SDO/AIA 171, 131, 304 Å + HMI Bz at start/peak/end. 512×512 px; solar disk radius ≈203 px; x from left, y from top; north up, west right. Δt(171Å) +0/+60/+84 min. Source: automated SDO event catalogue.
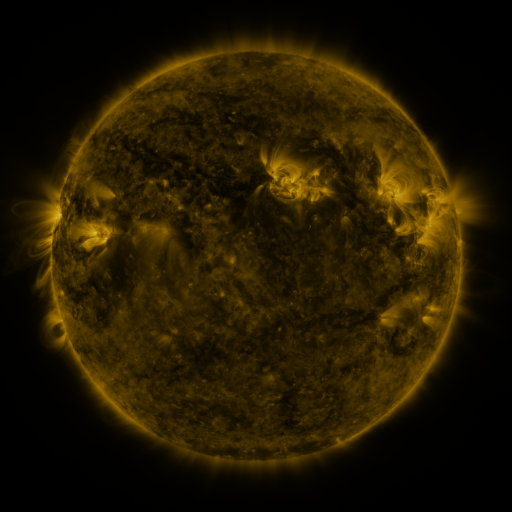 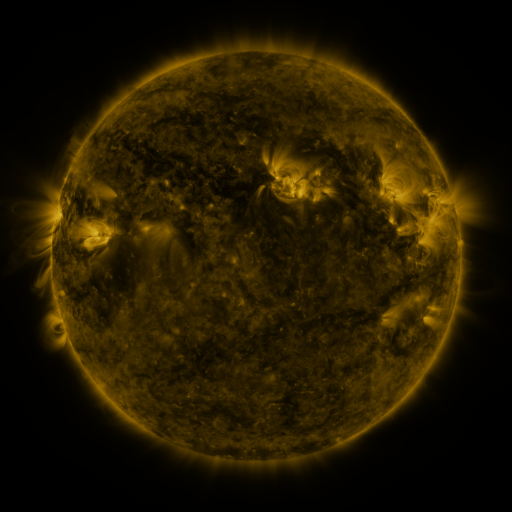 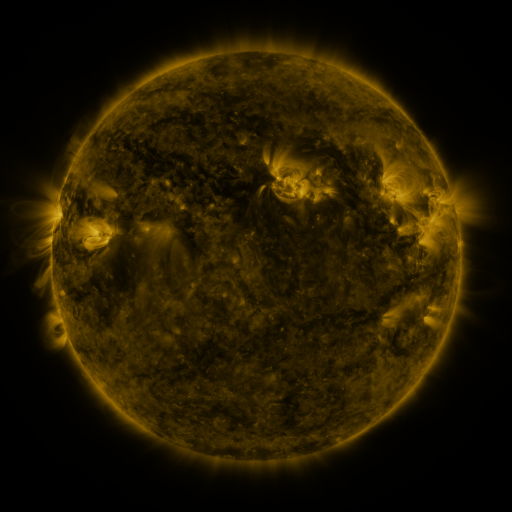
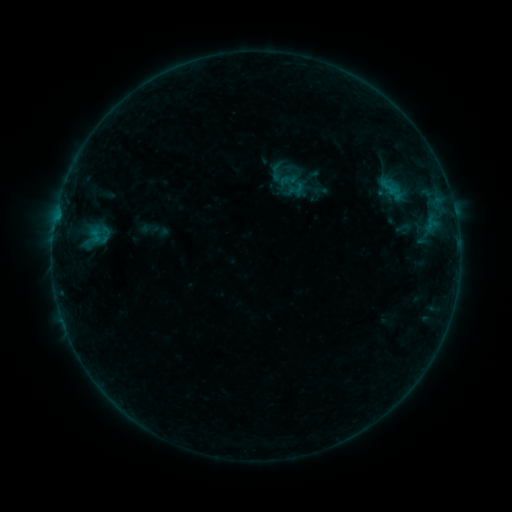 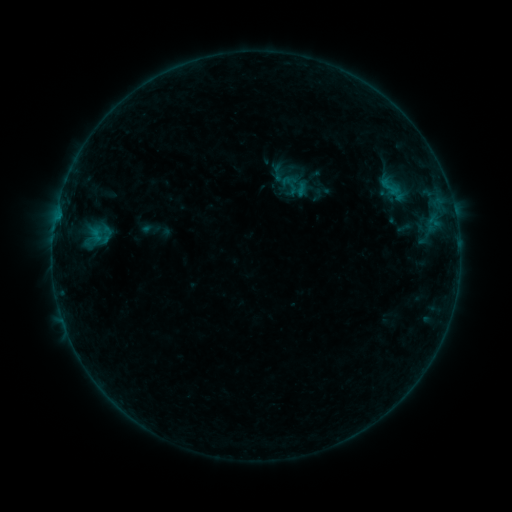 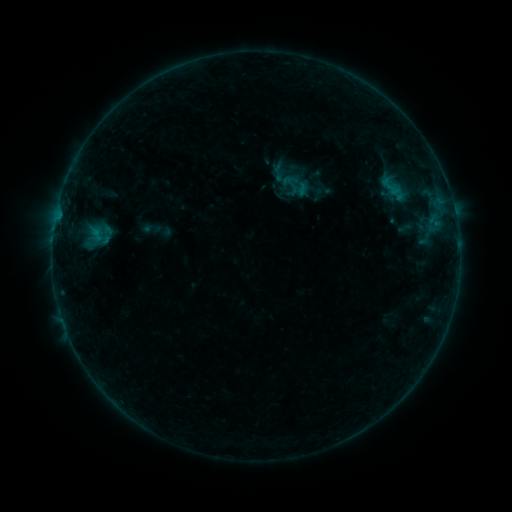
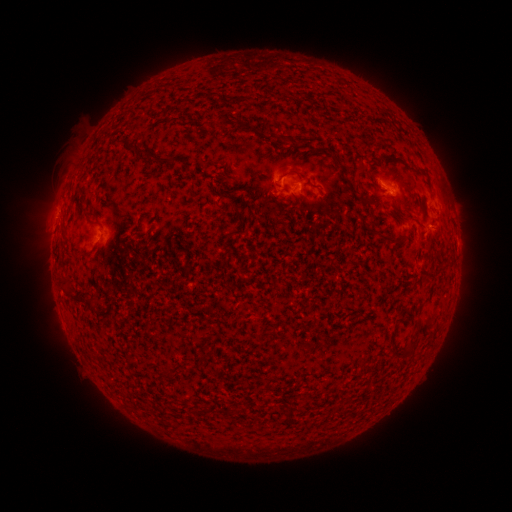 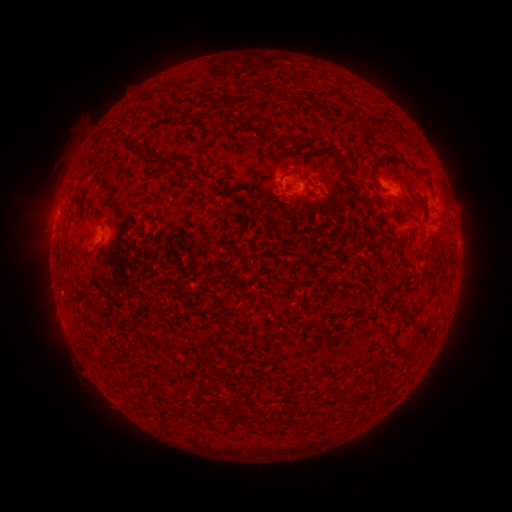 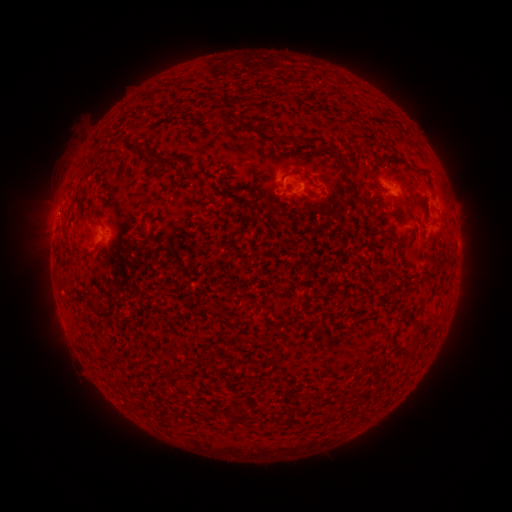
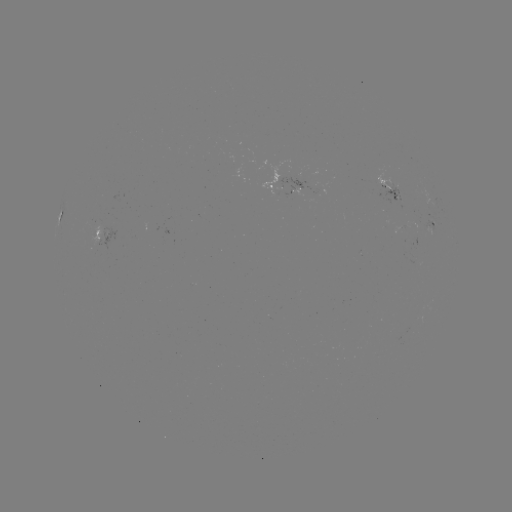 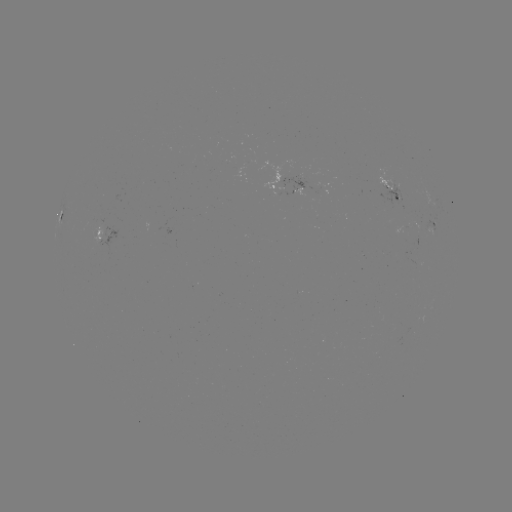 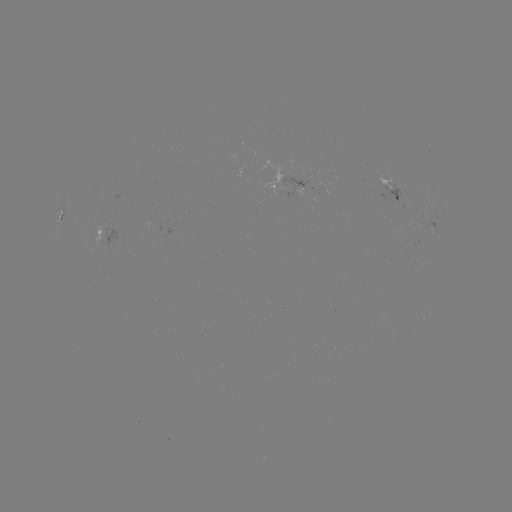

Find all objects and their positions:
emerging-flux region: (402, 228)
